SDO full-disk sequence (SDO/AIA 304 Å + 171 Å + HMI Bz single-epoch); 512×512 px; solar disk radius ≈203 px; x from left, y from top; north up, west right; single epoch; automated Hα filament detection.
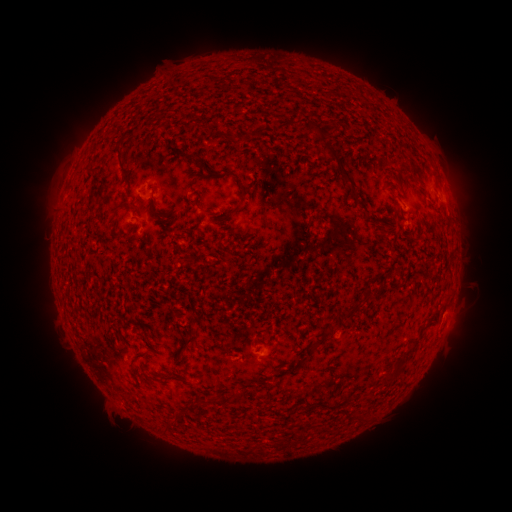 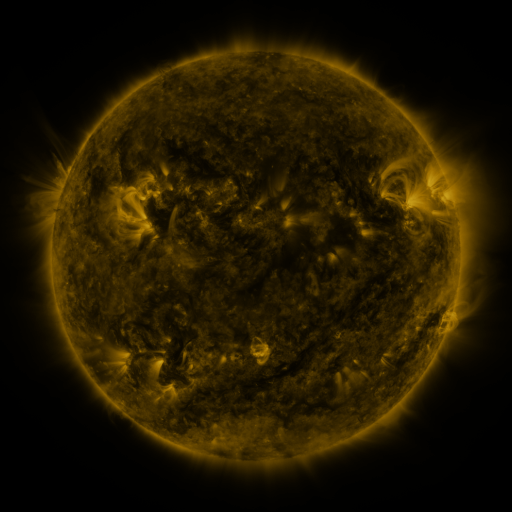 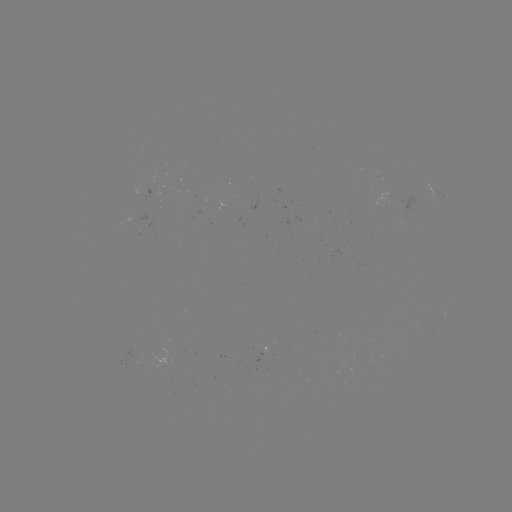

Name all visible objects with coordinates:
filament: (260, 131)
filament: (121, 161)
filament: (344, 175)
filament: (243, 189)
filament: (198, 205)
filament: (115, 210)
filament: (158, 213)
filament: (227, 216)
filament: (330, 330)
filament: (186, 342)
filament: (313, 346)
filament: (274, 350)
filament: (132, 370)
filament: (388, 380)
filament: (201, 401)
filament: (175, 415)
filament: (357, 420)
